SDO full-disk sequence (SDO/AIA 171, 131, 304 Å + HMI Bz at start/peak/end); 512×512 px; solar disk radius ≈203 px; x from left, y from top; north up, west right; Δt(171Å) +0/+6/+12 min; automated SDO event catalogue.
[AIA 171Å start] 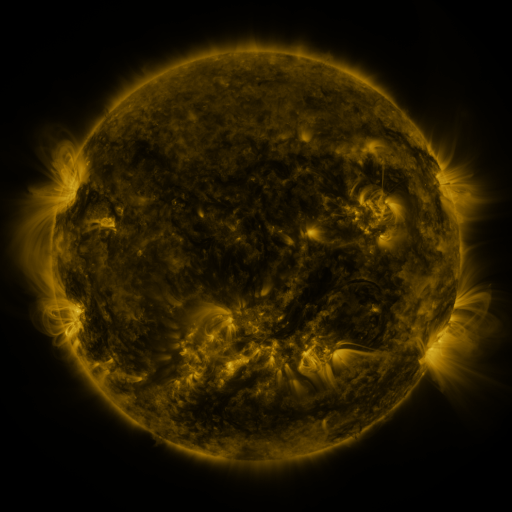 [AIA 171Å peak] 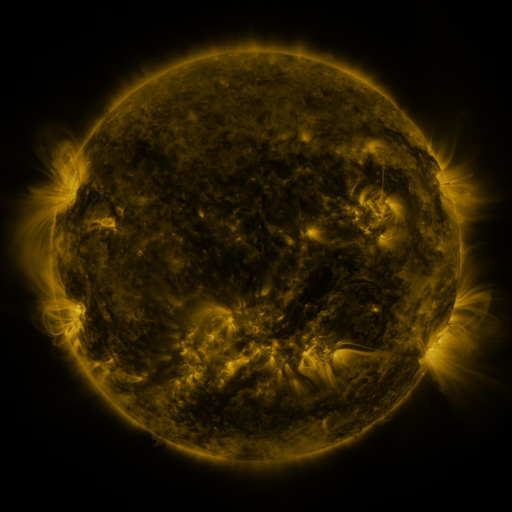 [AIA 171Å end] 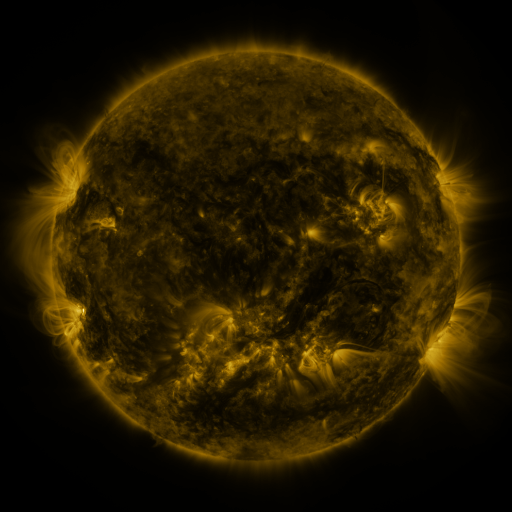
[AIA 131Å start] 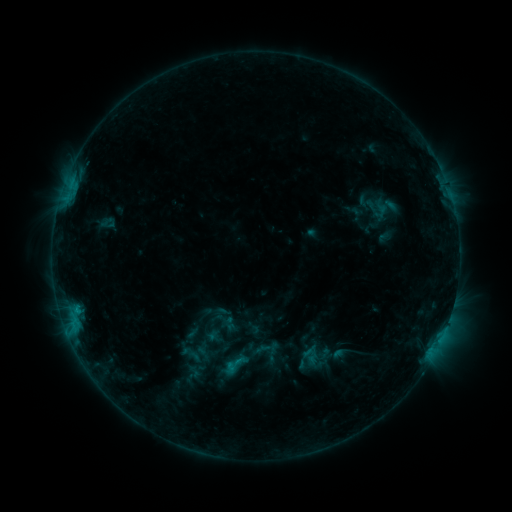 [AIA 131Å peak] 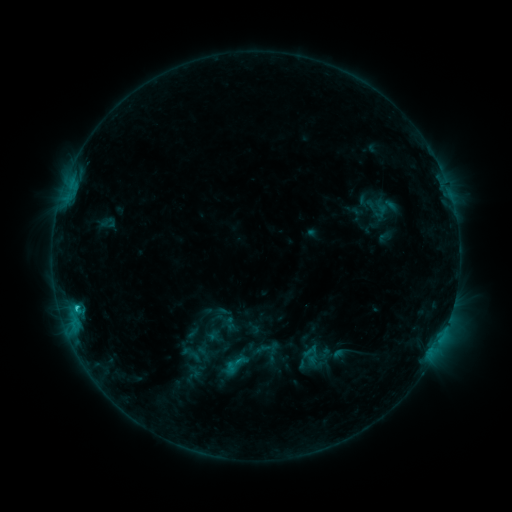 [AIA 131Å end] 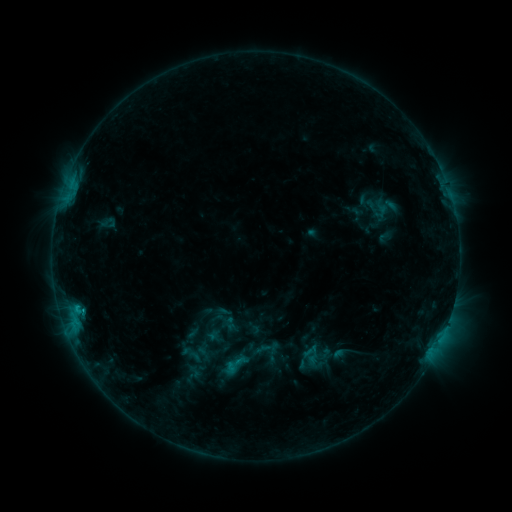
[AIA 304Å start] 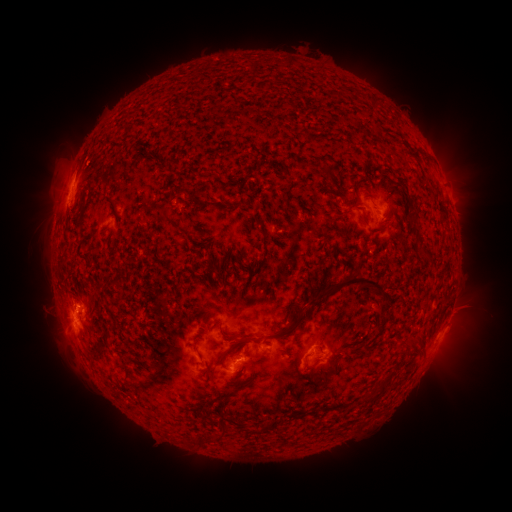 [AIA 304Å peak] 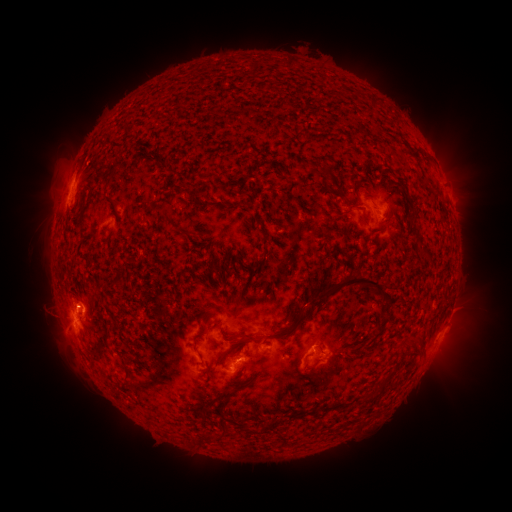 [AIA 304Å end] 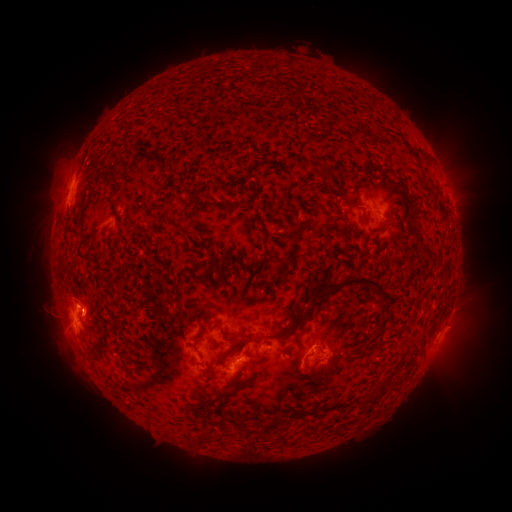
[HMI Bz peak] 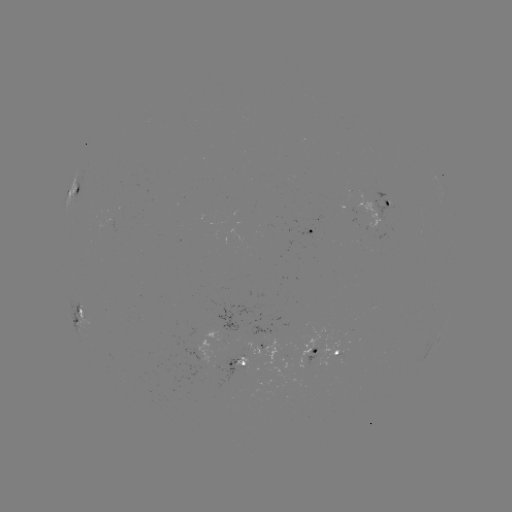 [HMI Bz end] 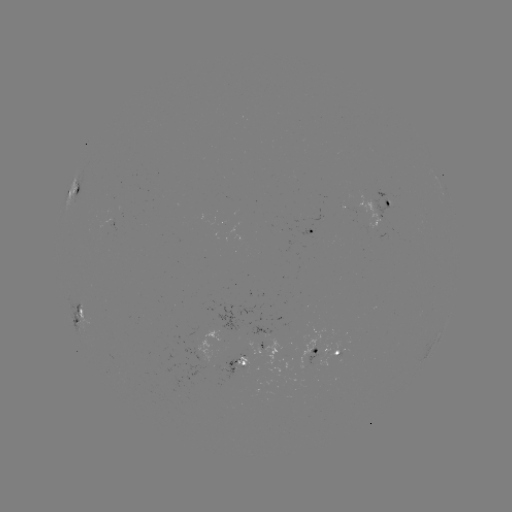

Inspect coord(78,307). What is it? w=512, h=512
C1.1 flare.